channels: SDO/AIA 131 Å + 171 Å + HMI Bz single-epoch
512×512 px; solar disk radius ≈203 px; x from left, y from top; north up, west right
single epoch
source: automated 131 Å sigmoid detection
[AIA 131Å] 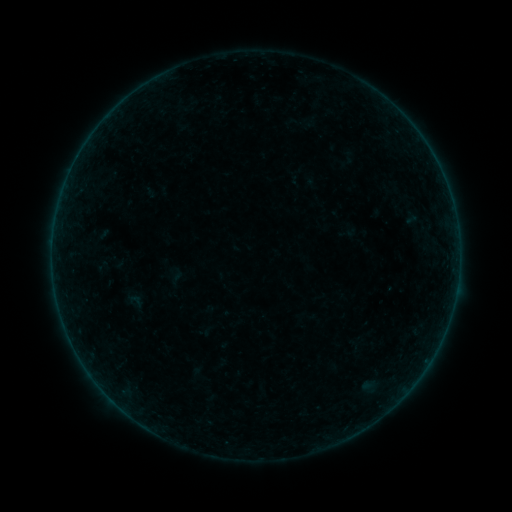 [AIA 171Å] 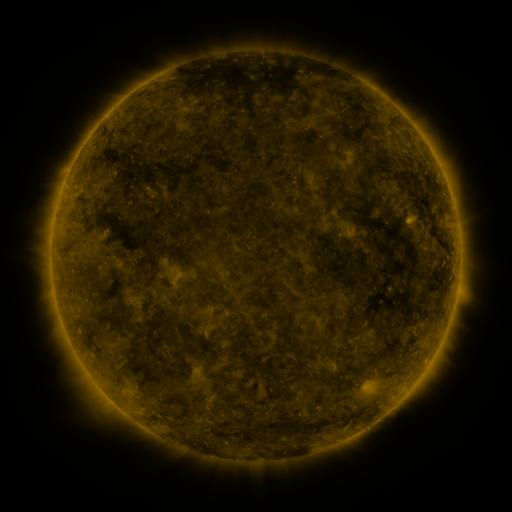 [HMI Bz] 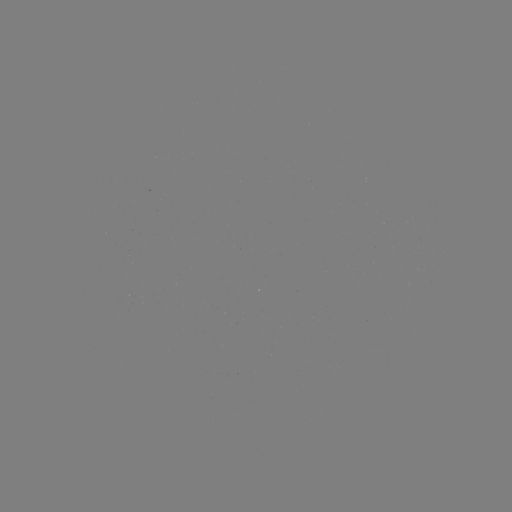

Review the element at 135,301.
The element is sigmoid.